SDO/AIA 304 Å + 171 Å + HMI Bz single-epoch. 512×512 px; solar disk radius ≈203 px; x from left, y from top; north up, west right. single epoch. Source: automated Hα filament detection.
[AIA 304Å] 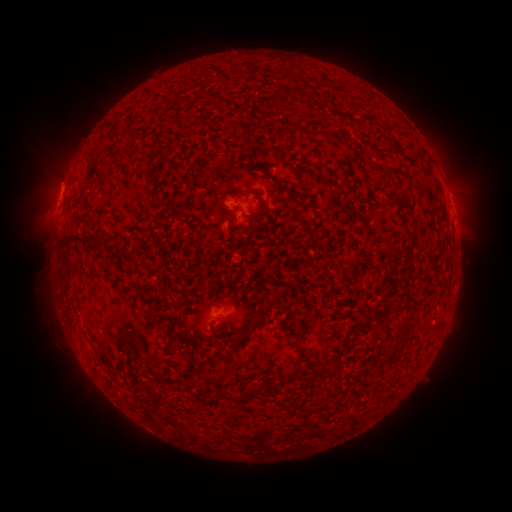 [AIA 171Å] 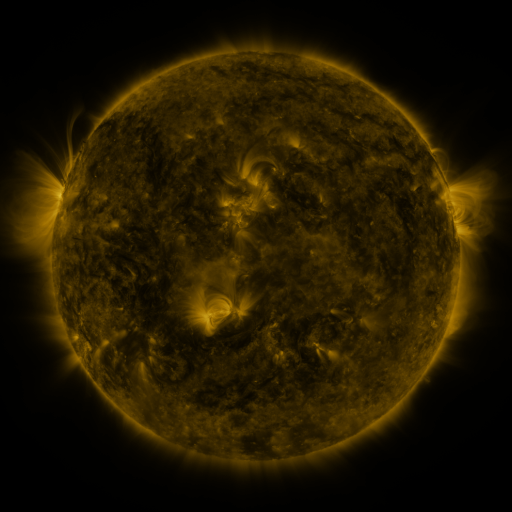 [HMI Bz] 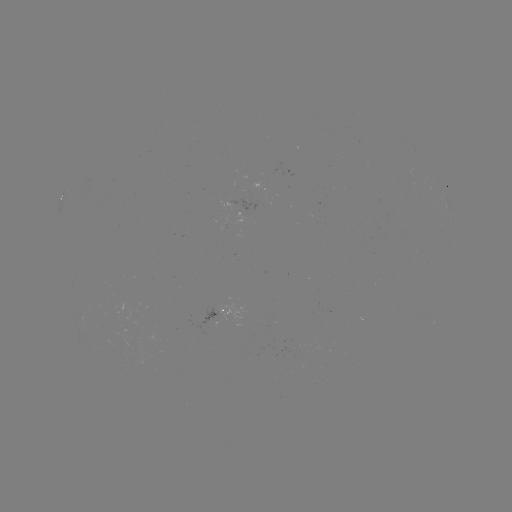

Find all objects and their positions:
filament: <bbox>270, 97, 280, 108</bbox>
filament: <bbox>236, 115, 251, 124</bbox>
filament: <bbox>310, 129, 317, 138</bbox>
filament: <bbox>265, 168, 300, 198</bbox>
filament: <bbox>334, 185, 345, 193</bbox>
filament: <bbox>232, 188, 256, 199</bbox>
filament: <bbox>392, 193, 402, 204</bbox>
filament: <bbox>404, 206, 419, 246</bbox>
filament: <bbox>253, 216, 269, 233</bbox>
filament: <bbox>70, 234, 87, 243</bbox>
filament: <bbox>76, 257, 86, 266</bbox>
filament: <bbox>250, 309, 260, 323</bbox>
filament: <bbox>234, 319, 263, 342</bbox>
filament: <bbox>398, 319, 411, 332</bbox>
filament: <bbox>294, 323, 313, 345</bbox>
filament: <bbox>394, 336, 403, 346</bbox>
filament: <bbox>284, 354, 302, 379</bbox>
filament: <bbox>253, 382, 267, 396</bbox>
filament: <bbox>222, 389, 237, 403</bbox>
